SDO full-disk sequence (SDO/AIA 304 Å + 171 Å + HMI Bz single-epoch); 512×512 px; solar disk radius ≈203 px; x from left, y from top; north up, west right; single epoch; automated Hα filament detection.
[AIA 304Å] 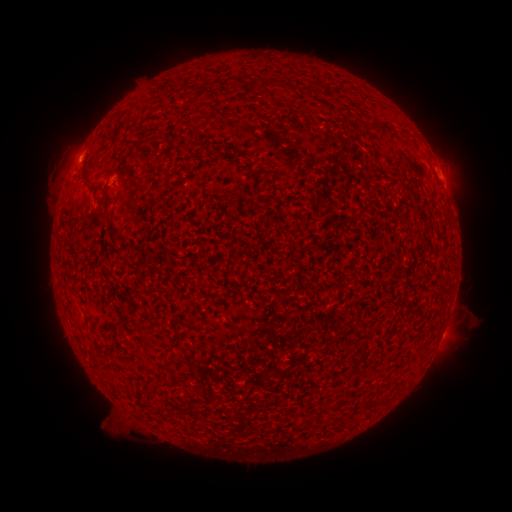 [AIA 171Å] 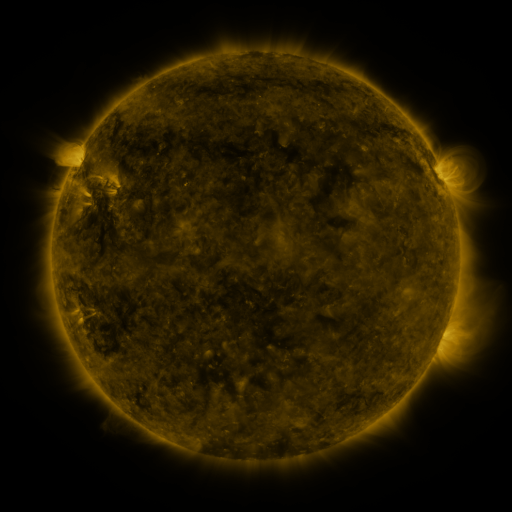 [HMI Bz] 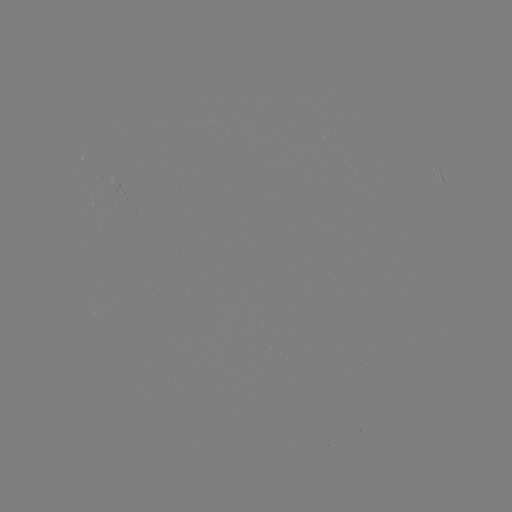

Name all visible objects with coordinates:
filament: (267, 85)
filament: (375, 127)
filament: (85, 176)
filament: (106, 209)
filament: (203, 285)
filament: (364, 403)
